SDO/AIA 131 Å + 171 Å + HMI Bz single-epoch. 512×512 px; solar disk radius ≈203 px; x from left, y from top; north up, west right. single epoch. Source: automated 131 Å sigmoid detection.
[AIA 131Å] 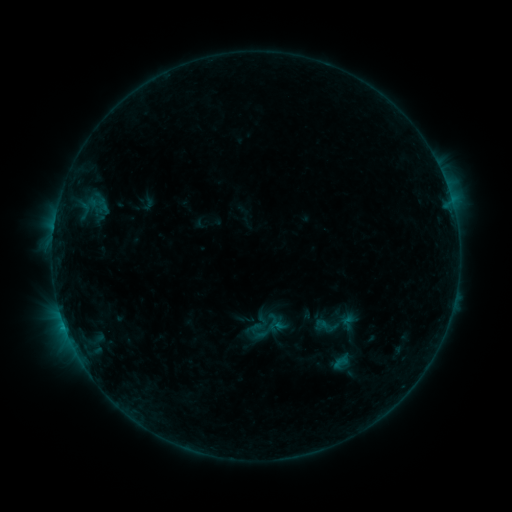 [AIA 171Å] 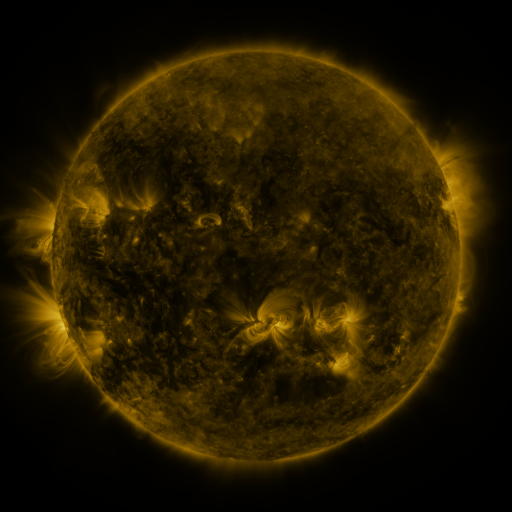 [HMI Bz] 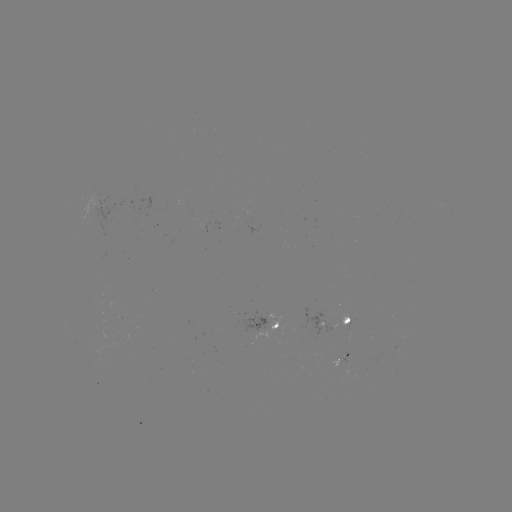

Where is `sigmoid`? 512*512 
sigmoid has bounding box [315, 313, 339, 338].